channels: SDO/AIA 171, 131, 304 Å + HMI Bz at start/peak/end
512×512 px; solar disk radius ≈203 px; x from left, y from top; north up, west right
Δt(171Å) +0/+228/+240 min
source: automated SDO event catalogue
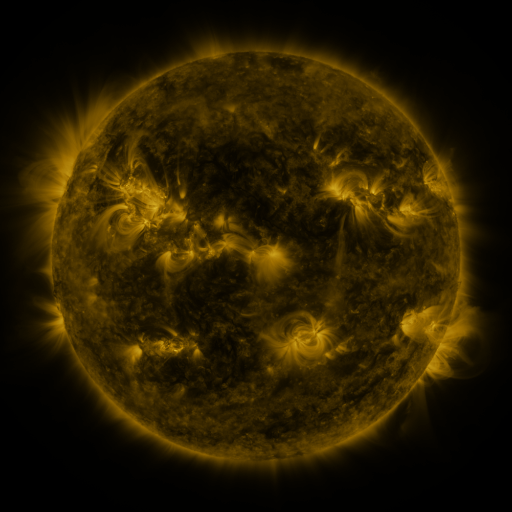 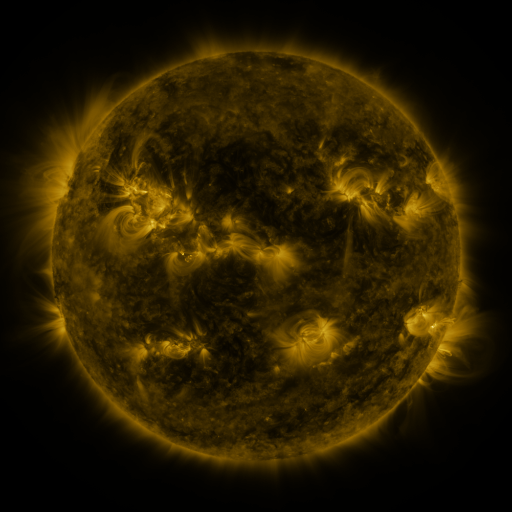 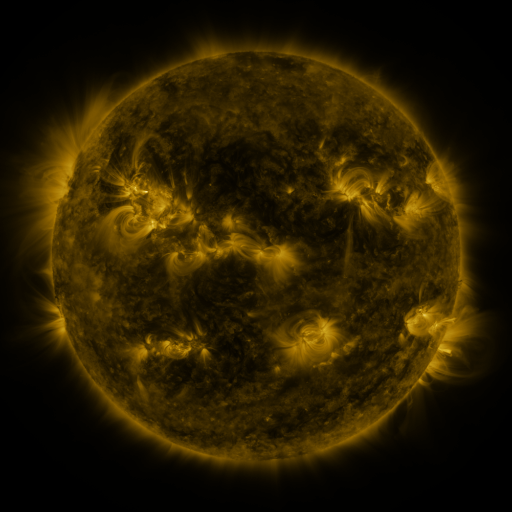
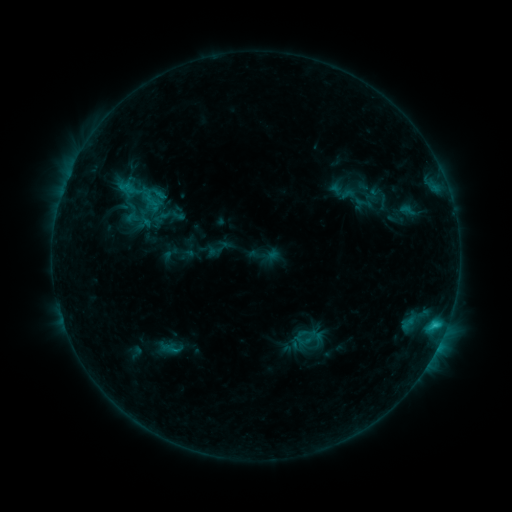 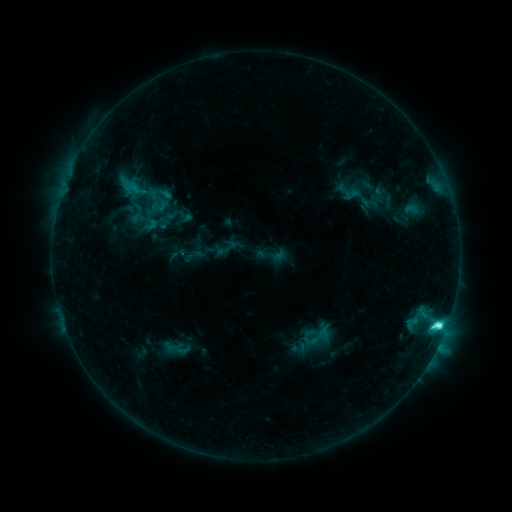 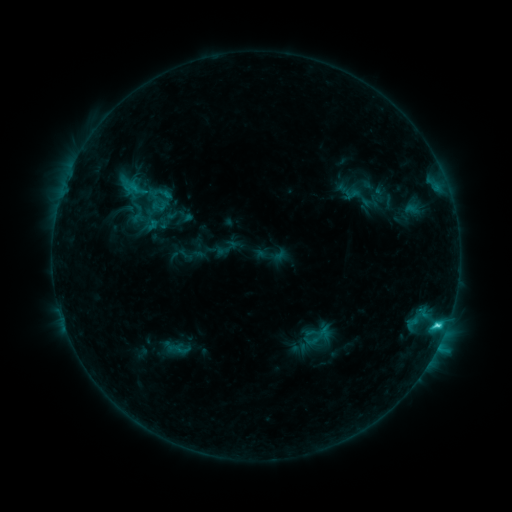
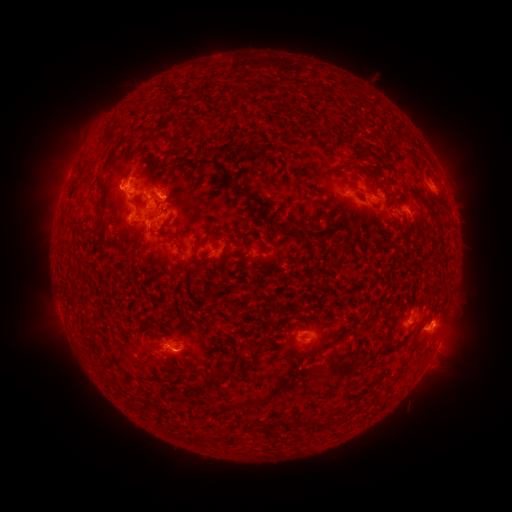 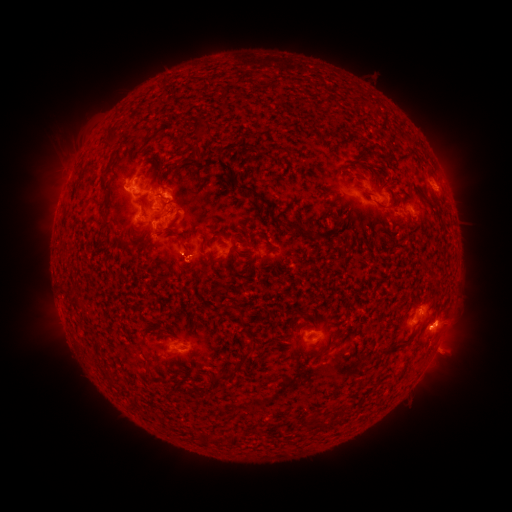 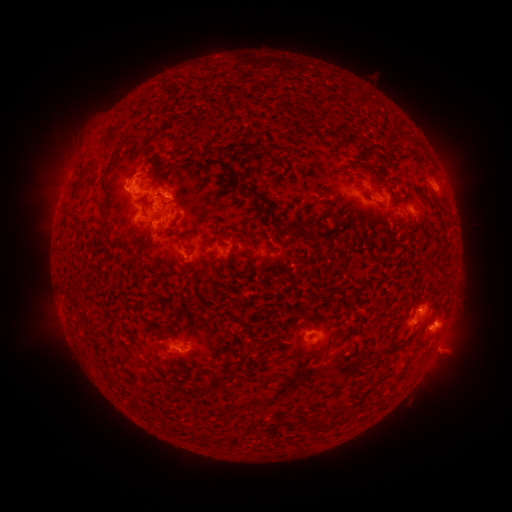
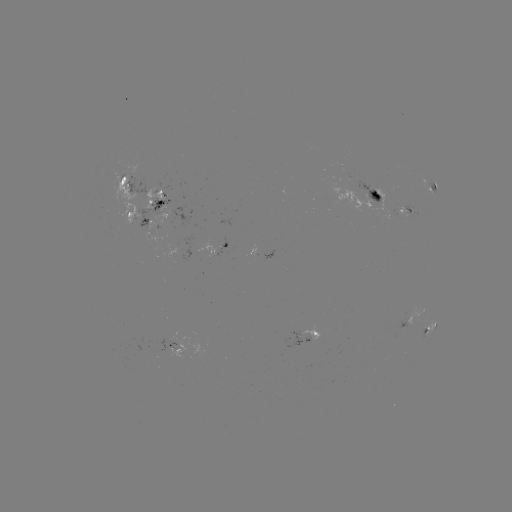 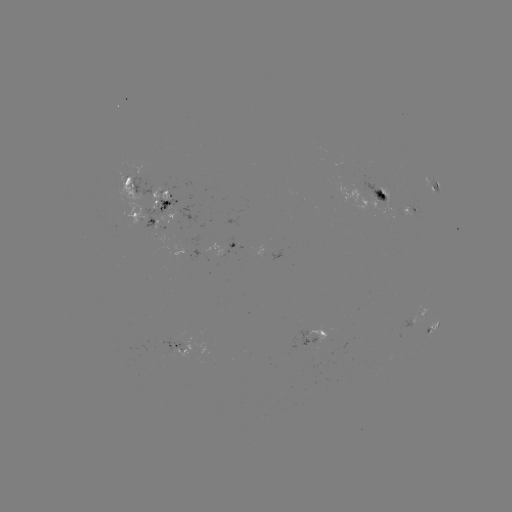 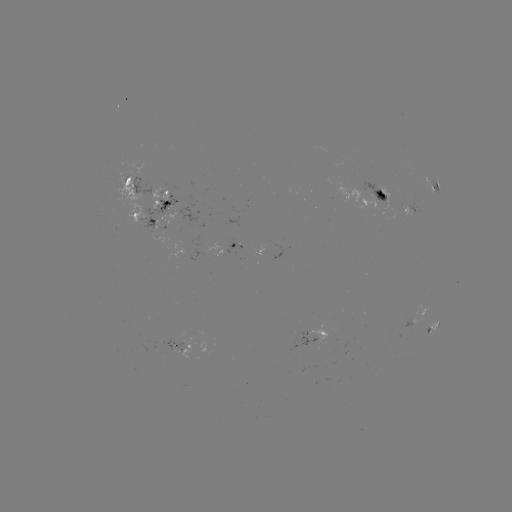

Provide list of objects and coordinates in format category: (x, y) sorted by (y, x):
emerging-flux region: (379, 198)
